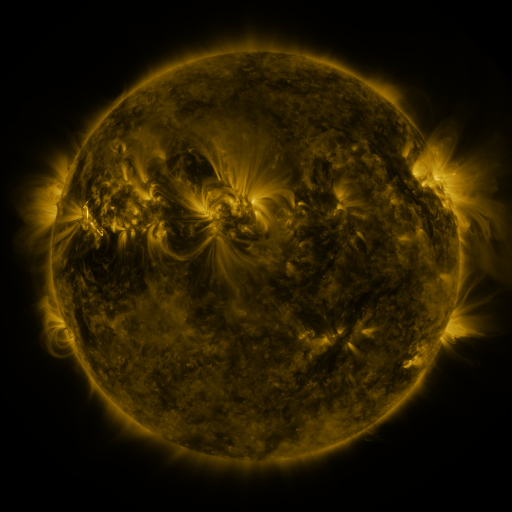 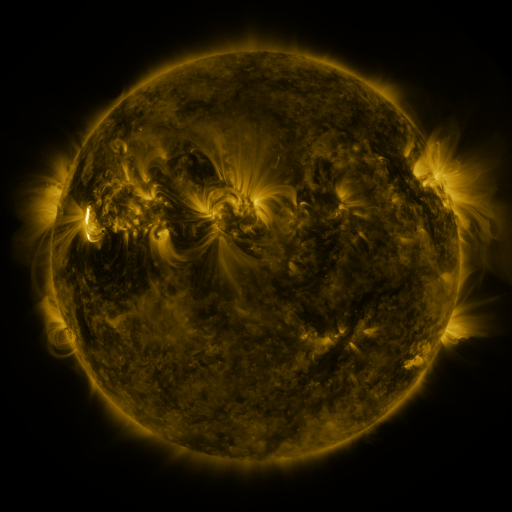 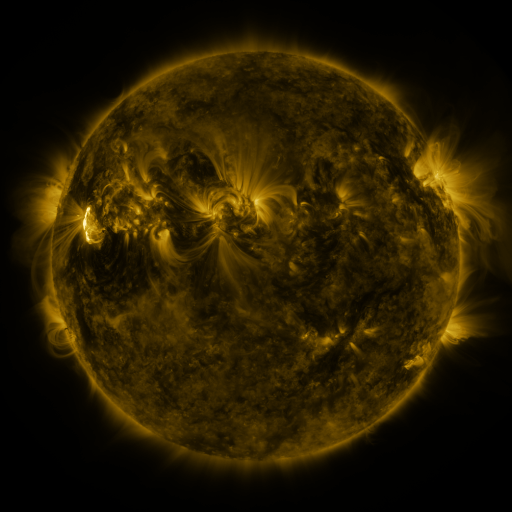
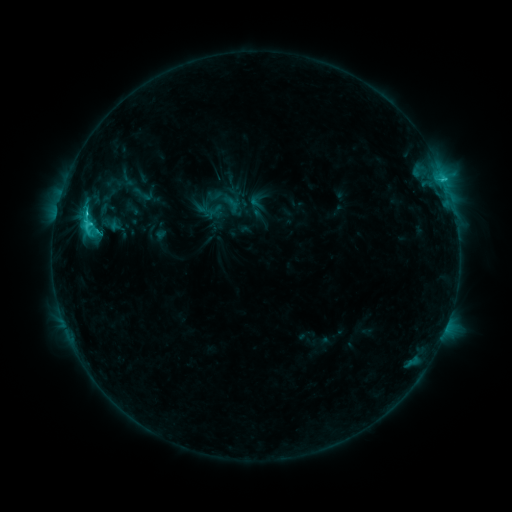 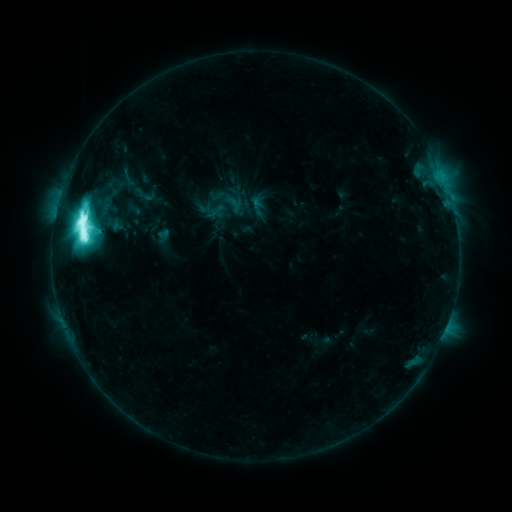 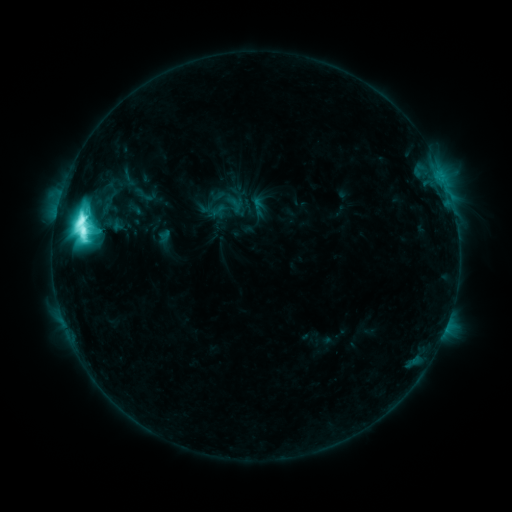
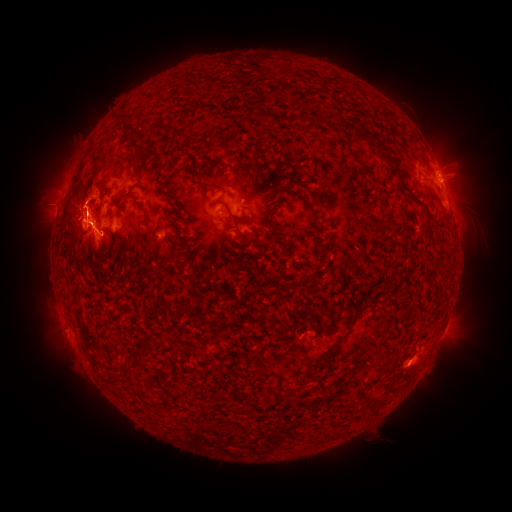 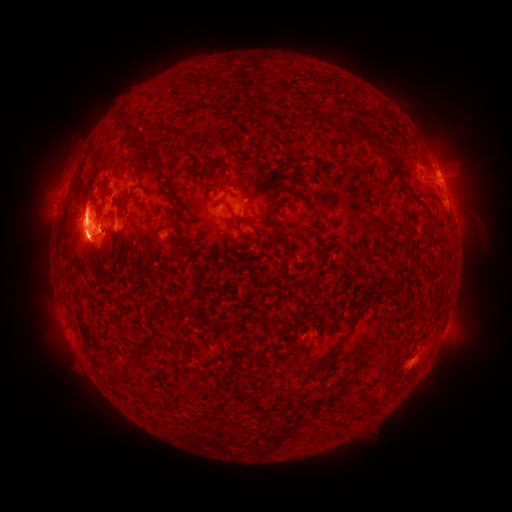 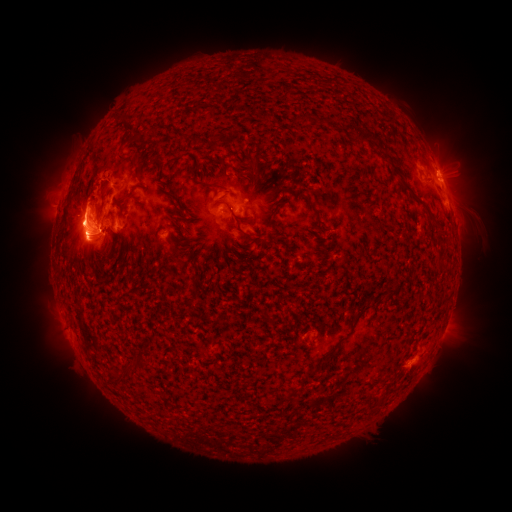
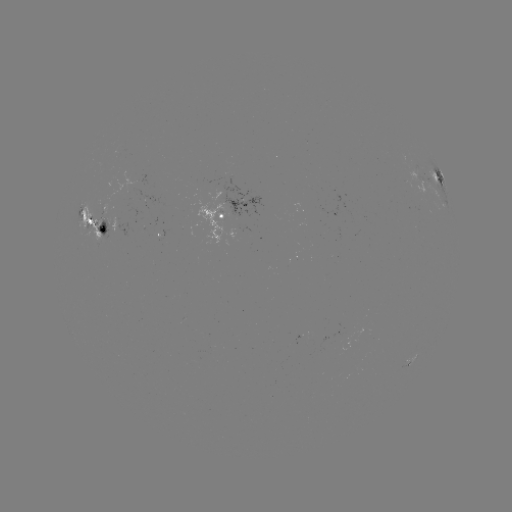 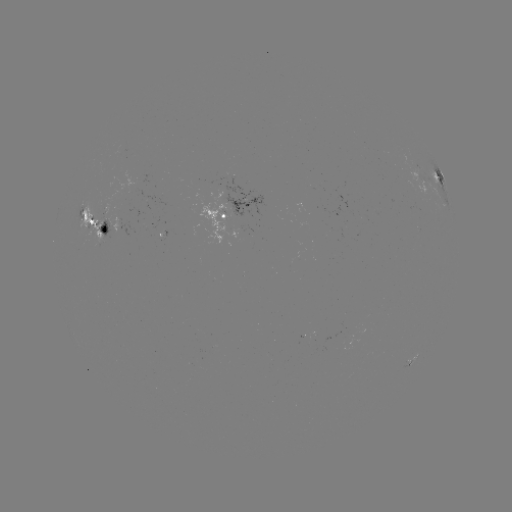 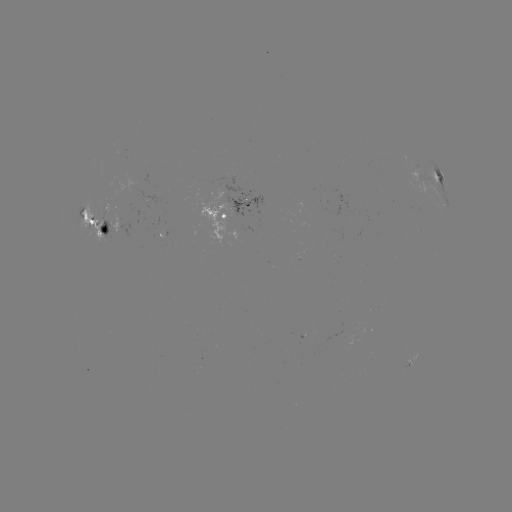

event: emerging-flux region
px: (91, 220)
